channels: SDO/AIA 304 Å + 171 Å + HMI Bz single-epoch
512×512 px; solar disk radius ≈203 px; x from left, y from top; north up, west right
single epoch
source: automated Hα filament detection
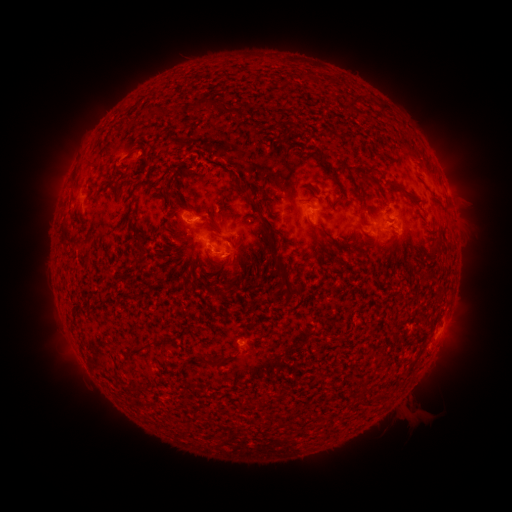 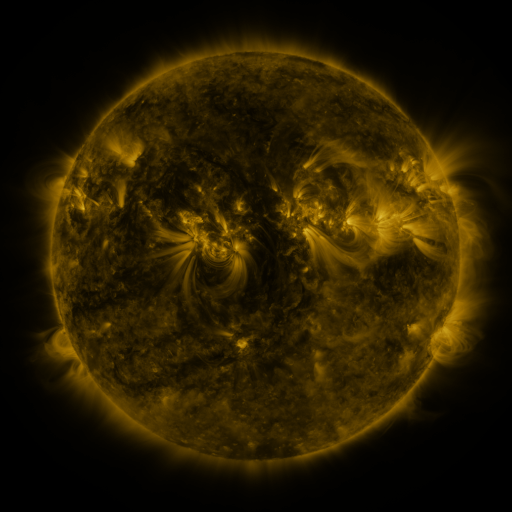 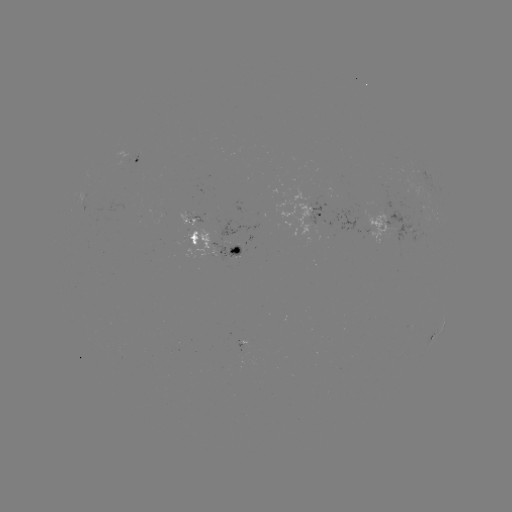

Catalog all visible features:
filament: (200, 104)
filament: (408, 195)
filament: (254, 205)
filament: (362, 216)
filament: (193, 239)
filament: (227, 240)
filament: (345, 247)
filament: (289, 287)
filament: (135, 348)
